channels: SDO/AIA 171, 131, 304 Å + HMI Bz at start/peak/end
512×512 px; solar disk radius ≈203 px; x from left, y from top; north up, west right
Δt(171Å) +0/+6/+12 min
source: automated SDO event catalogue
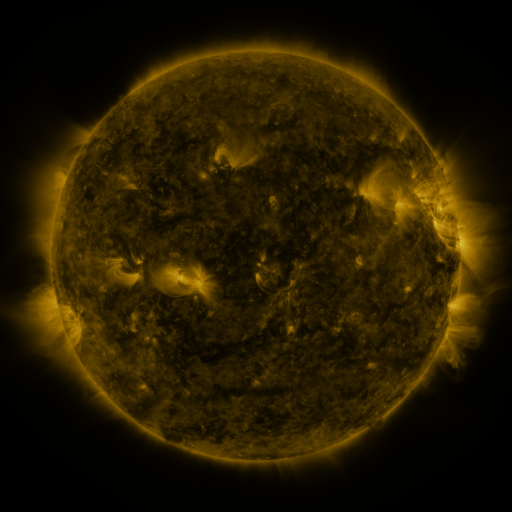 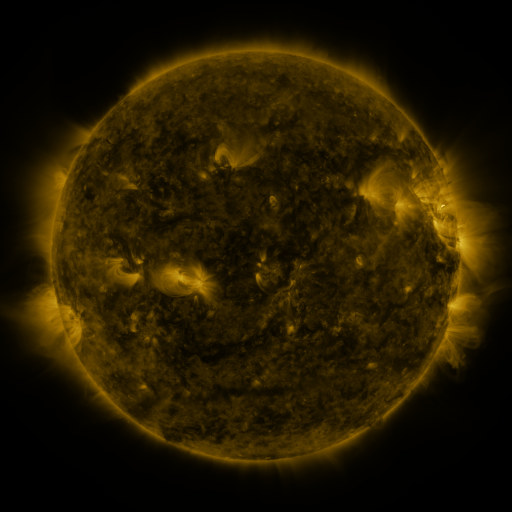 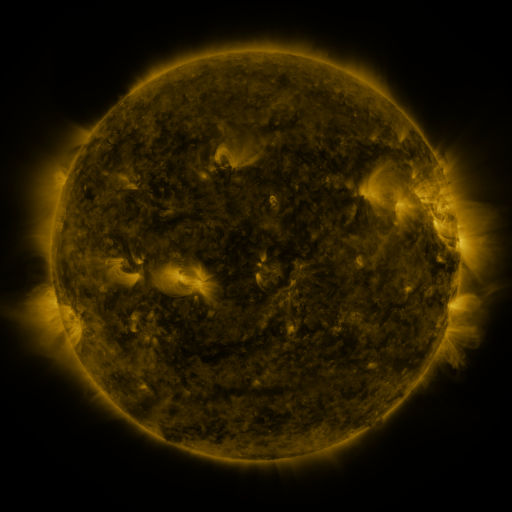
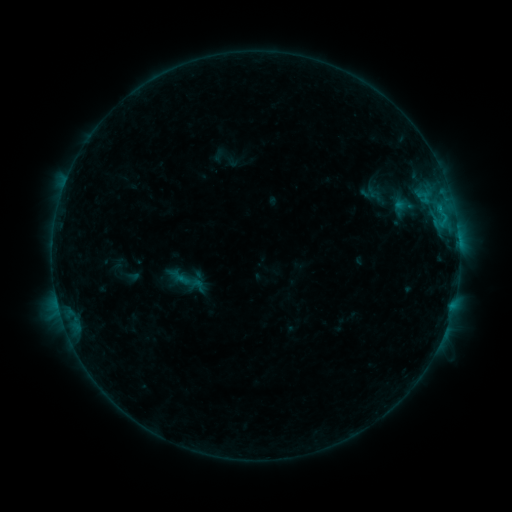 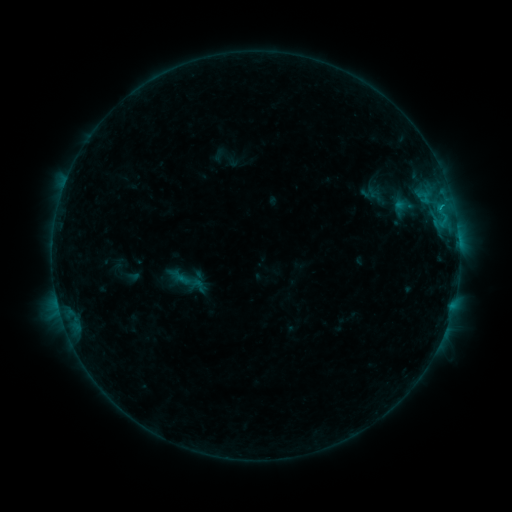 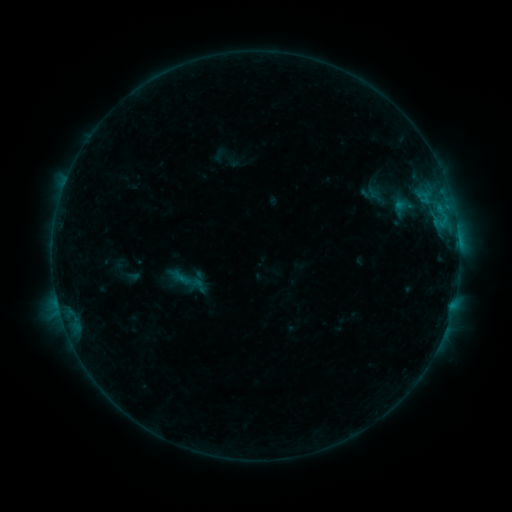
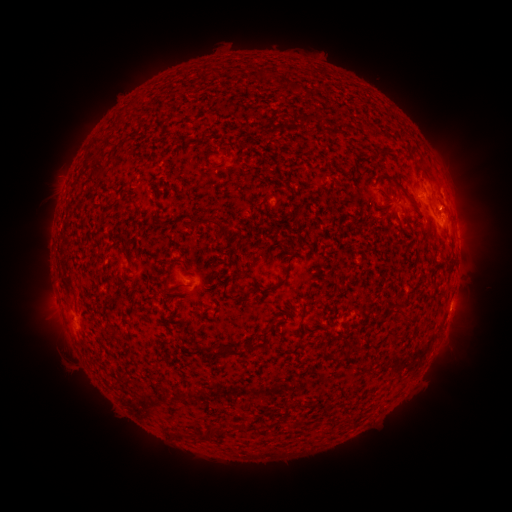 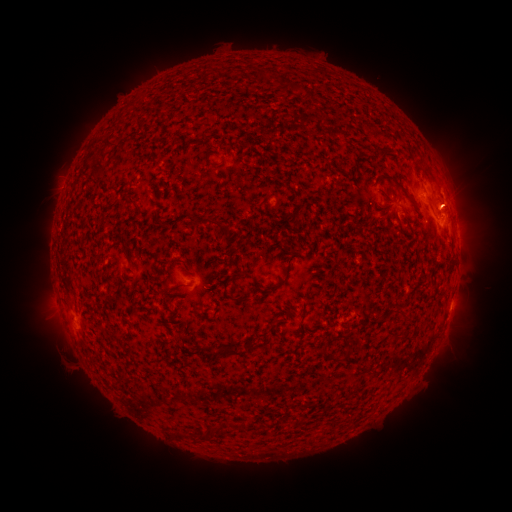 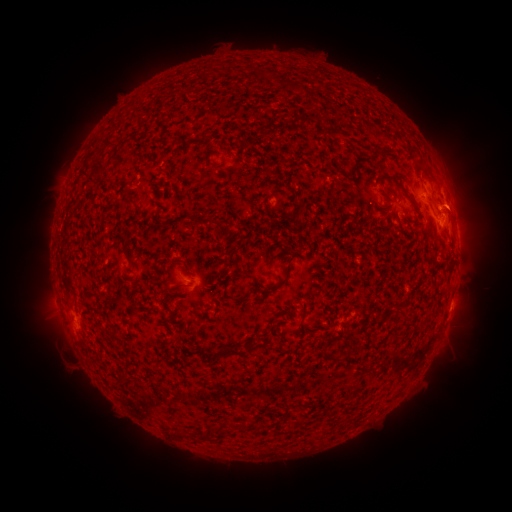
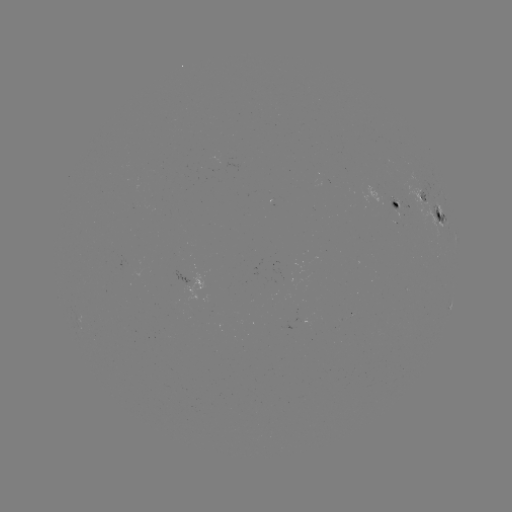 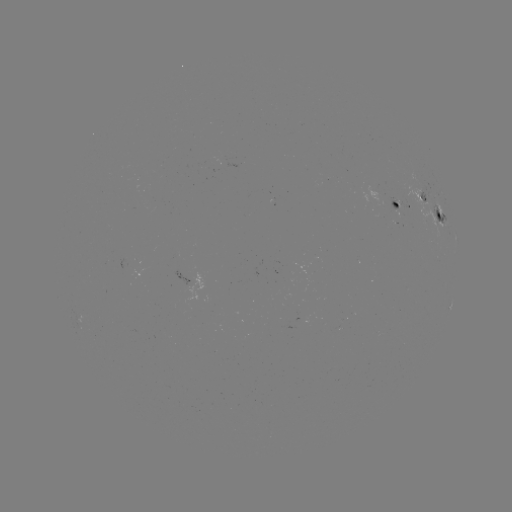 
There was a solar eruption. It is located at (462, 204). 